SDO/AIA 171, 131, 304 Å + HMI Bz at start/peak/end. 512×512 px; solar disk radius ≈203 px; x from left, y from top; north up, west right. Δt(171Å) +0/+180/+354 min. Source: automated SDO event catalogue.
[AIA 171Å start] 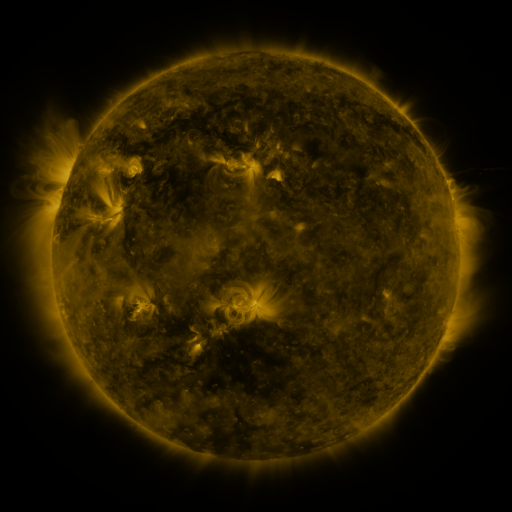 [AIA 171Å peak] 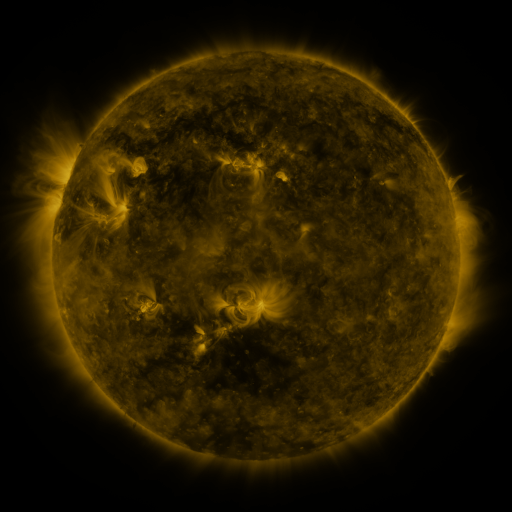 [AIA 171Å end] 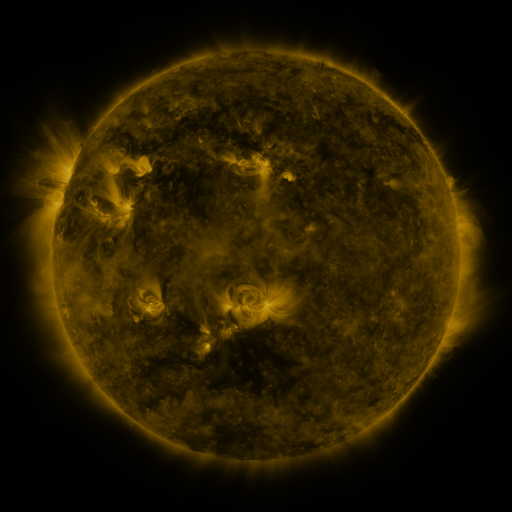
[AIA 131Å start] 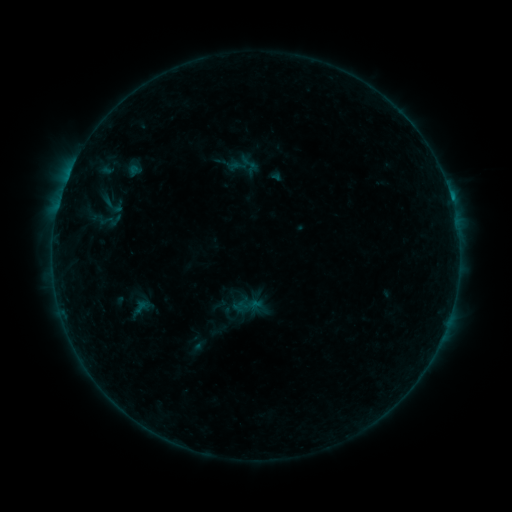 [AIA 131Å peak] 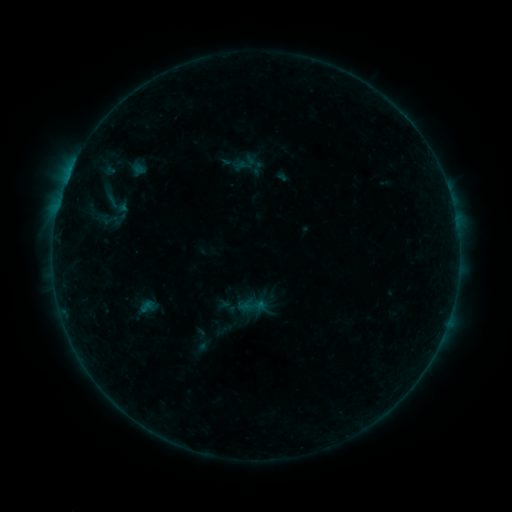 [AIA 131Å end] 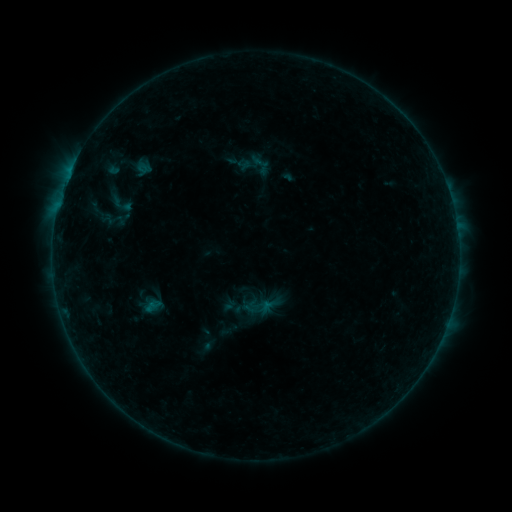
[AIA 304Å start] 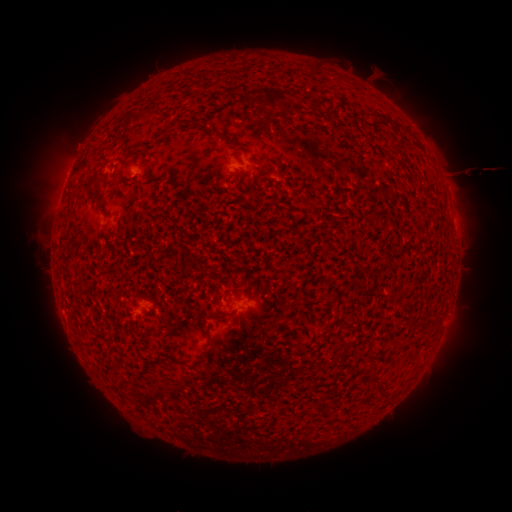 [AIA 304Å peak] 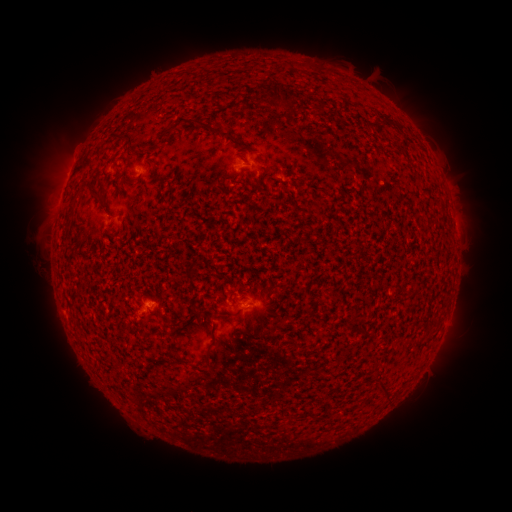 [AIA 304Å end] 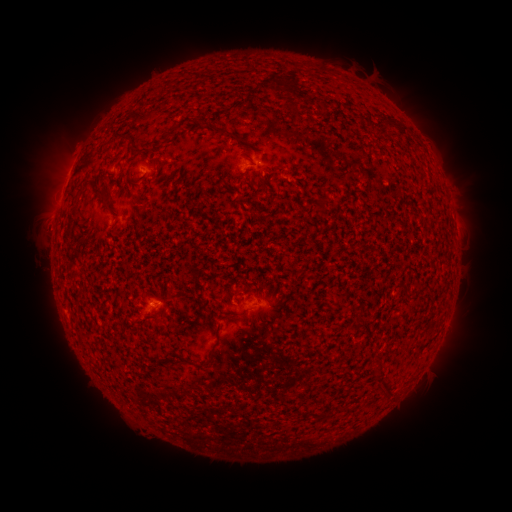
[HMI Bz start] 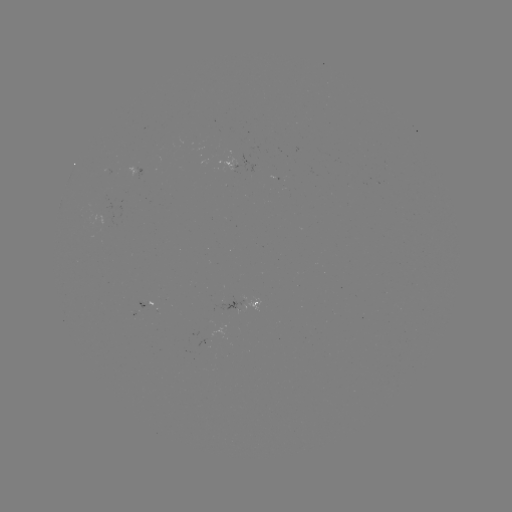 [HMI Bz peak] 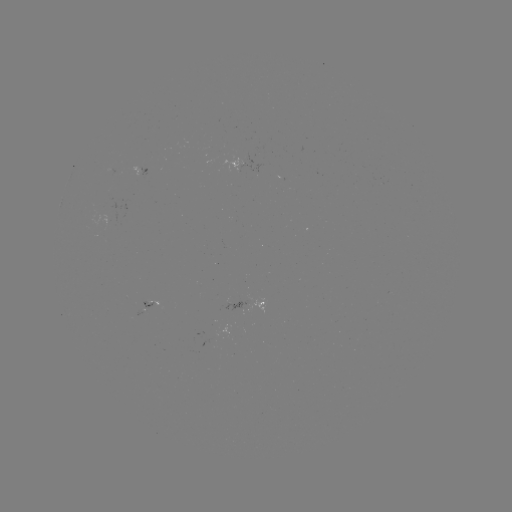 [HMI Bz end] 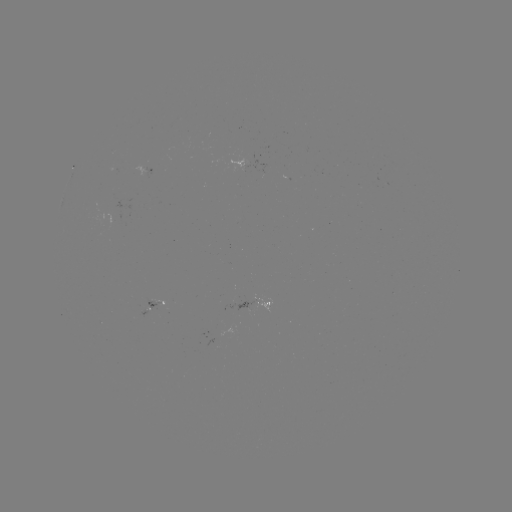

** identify filament eruption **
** (31, 253) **